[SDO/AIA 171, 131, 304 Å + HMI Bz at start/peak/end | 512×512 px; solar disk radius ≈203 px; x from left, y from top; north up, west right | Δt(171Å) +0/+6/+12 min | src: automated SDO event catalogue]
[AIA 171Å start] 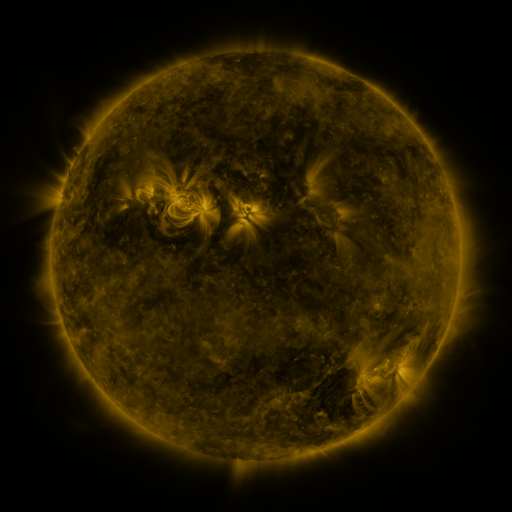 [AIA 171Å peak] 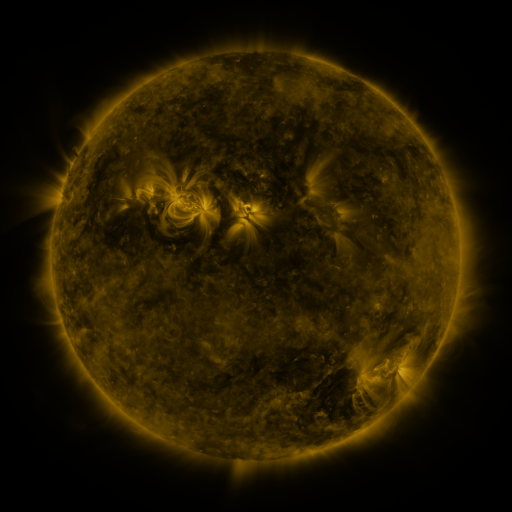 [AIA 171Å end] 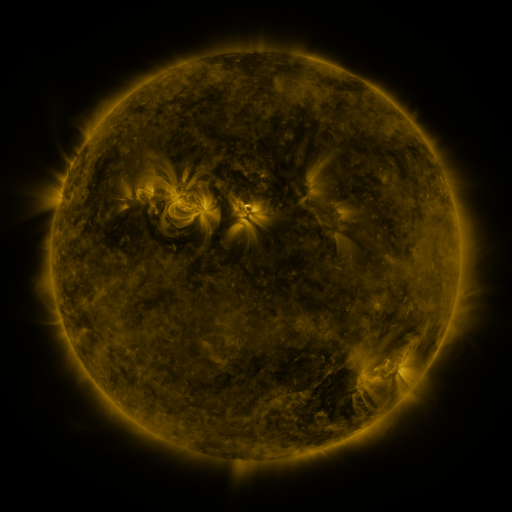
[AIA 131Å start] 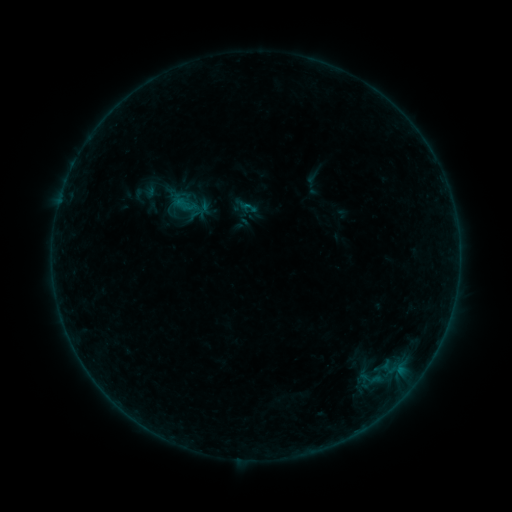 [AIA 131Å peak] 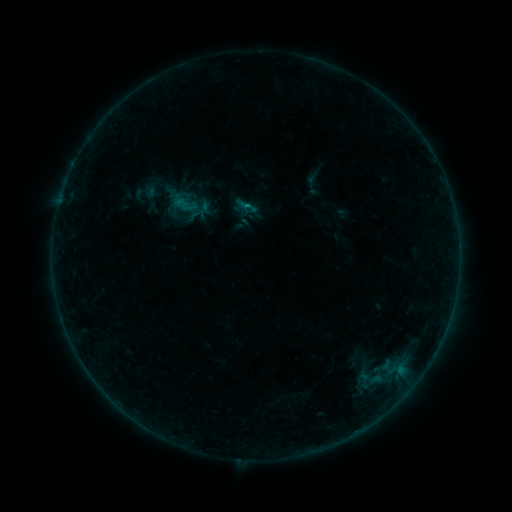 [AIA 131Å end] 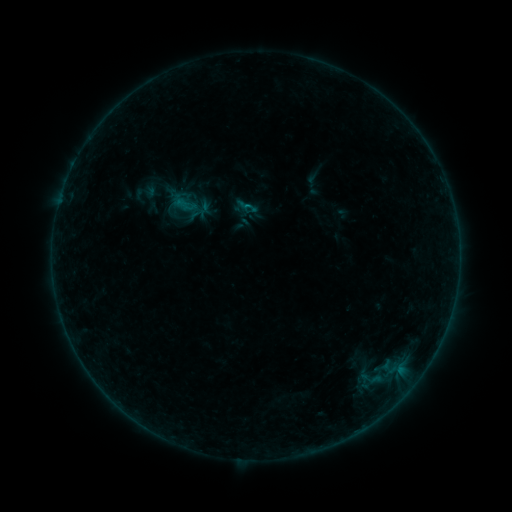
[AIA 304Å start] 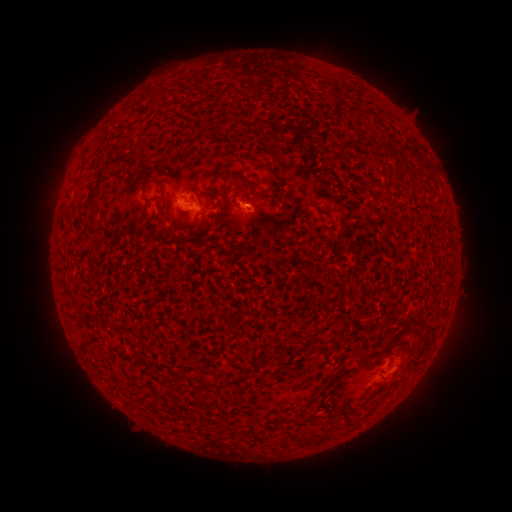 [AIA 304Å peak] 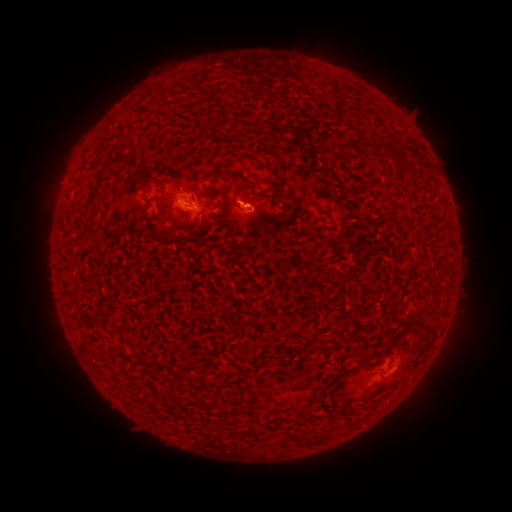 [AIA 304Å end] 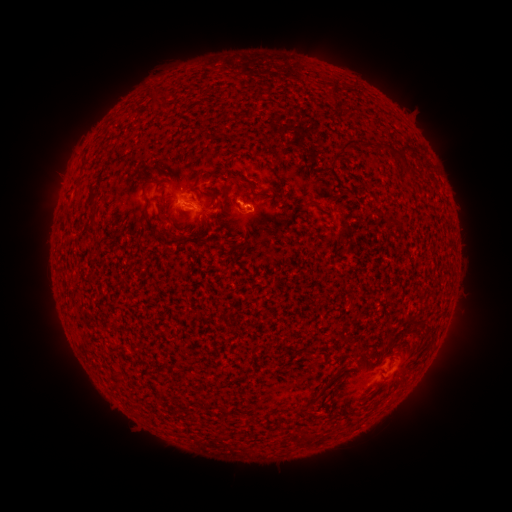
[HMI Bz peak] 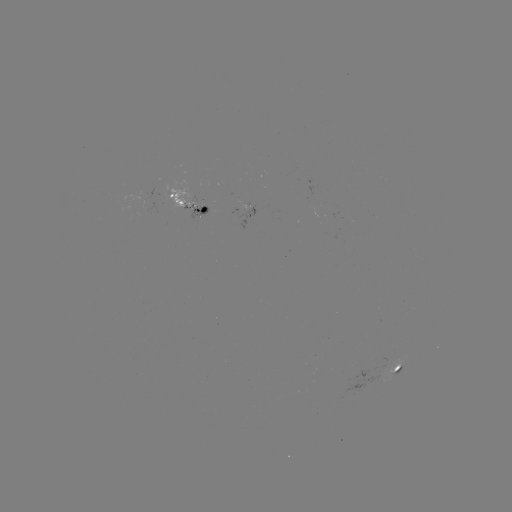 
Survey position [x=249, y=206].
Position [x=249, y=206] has B3.3 flare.